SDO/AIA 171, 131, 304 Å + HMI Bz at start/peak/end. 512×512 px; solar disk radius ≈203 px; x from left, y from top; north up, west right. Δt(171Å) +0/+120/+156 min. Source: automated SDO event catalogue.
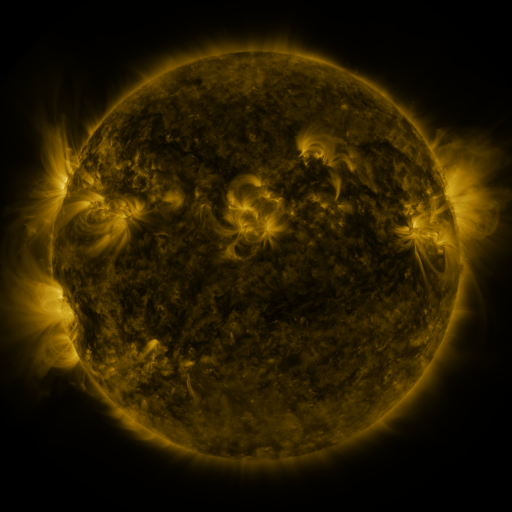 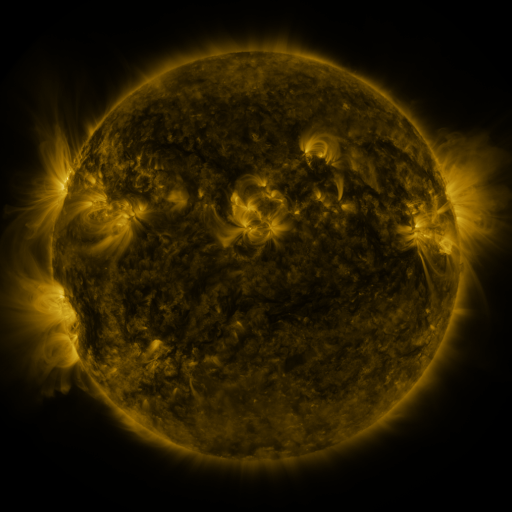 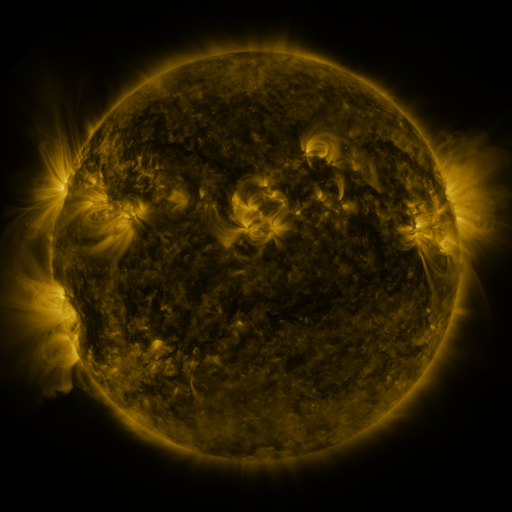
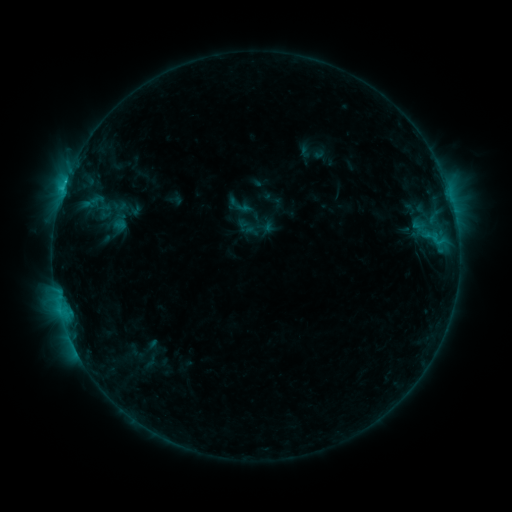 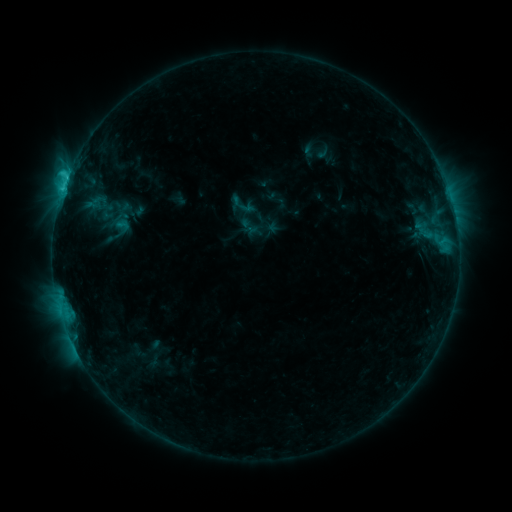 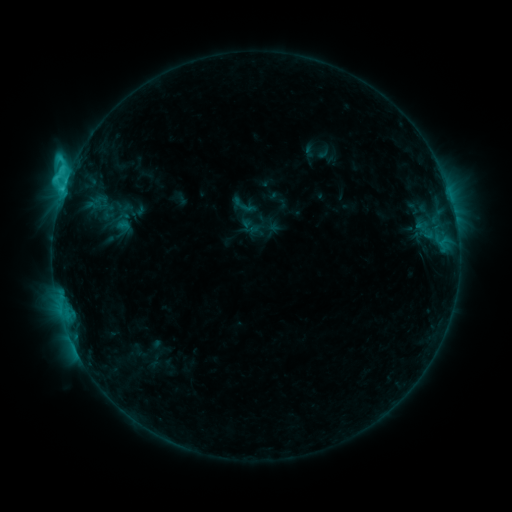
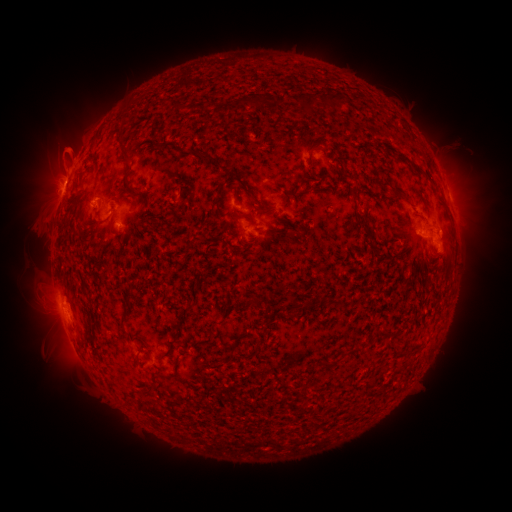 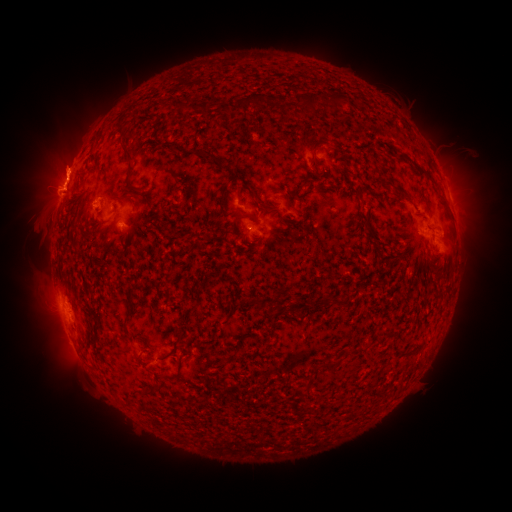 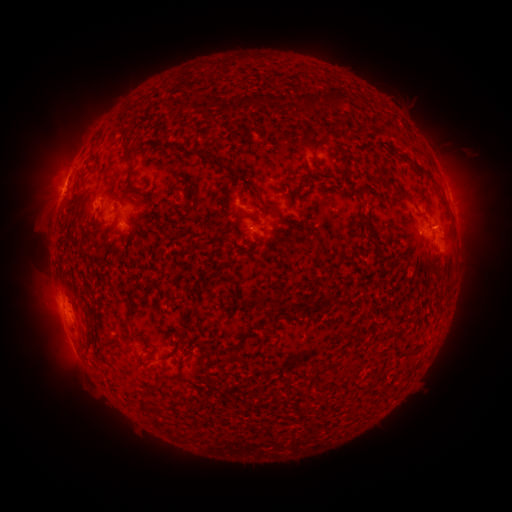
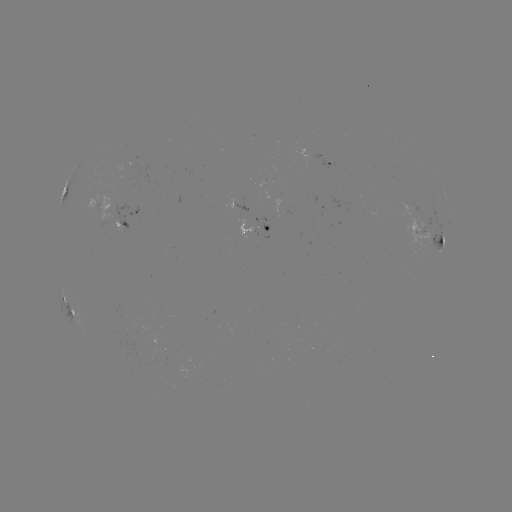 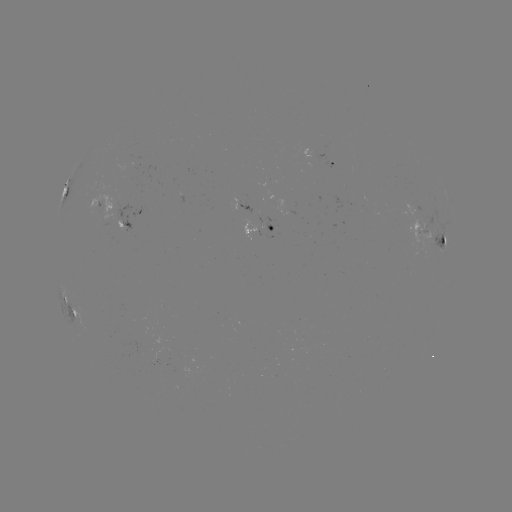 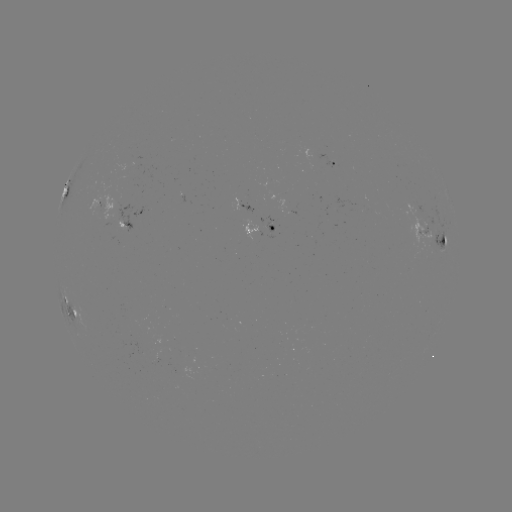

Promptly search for emerging-flux region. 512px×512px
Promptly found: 424,236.